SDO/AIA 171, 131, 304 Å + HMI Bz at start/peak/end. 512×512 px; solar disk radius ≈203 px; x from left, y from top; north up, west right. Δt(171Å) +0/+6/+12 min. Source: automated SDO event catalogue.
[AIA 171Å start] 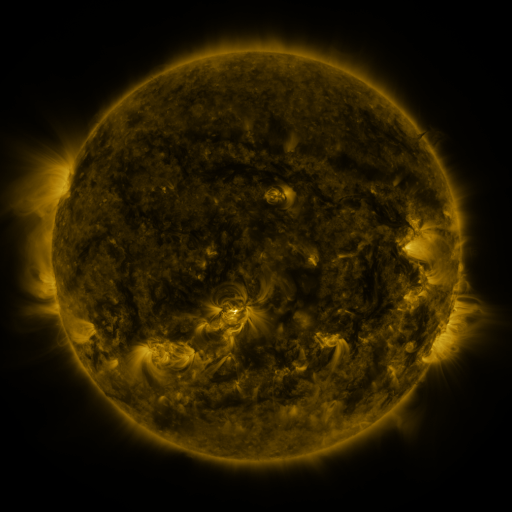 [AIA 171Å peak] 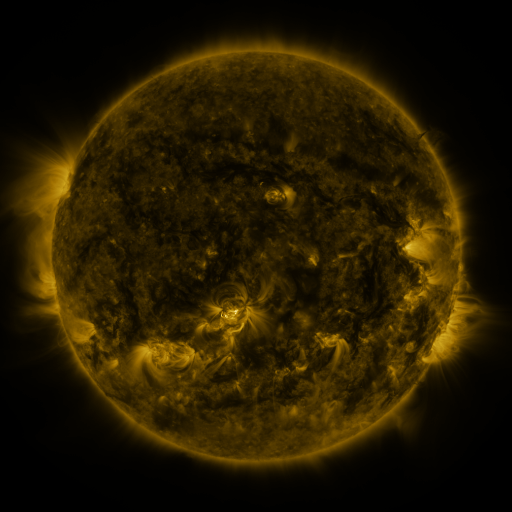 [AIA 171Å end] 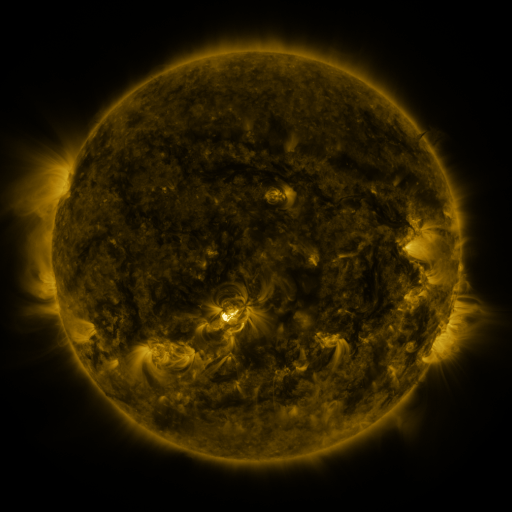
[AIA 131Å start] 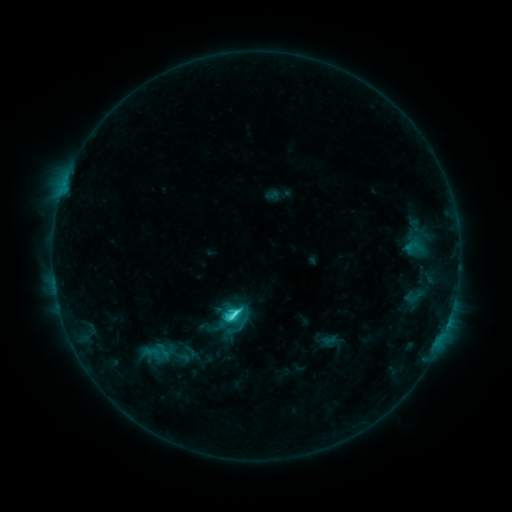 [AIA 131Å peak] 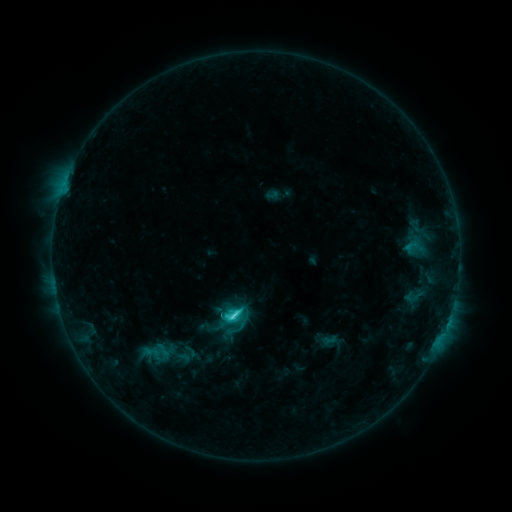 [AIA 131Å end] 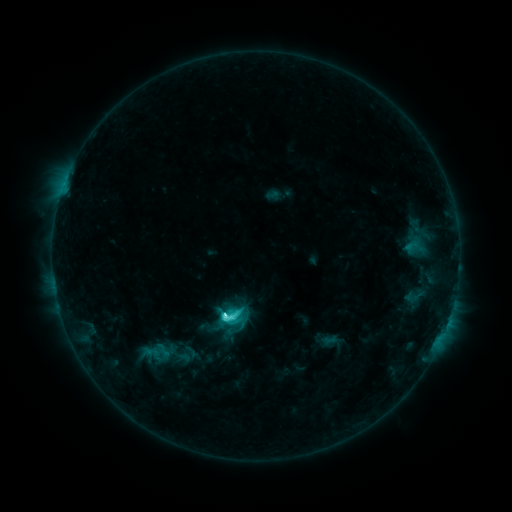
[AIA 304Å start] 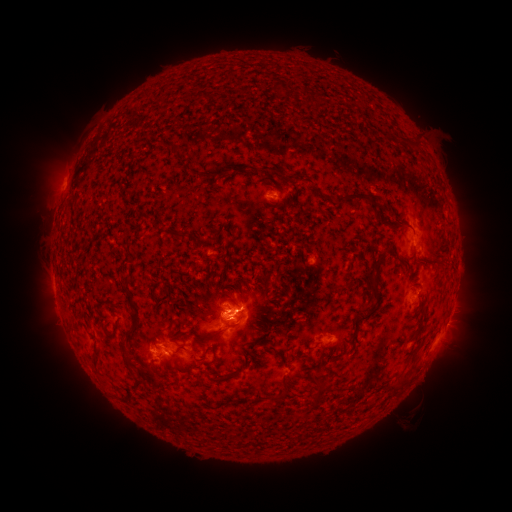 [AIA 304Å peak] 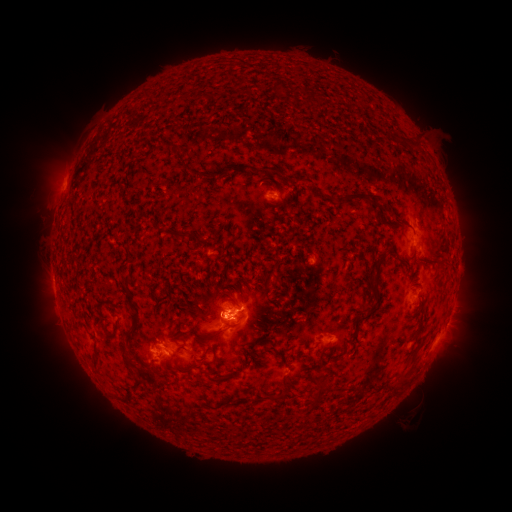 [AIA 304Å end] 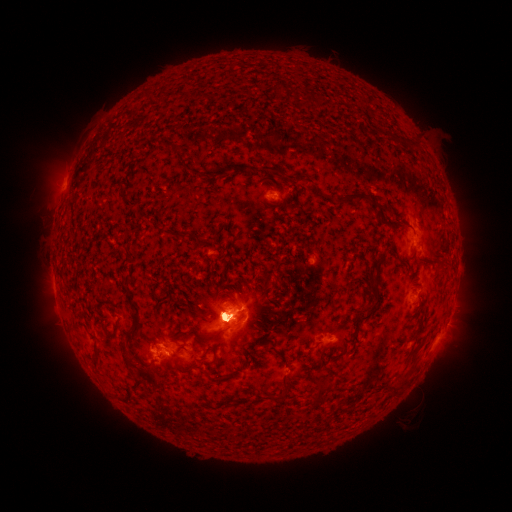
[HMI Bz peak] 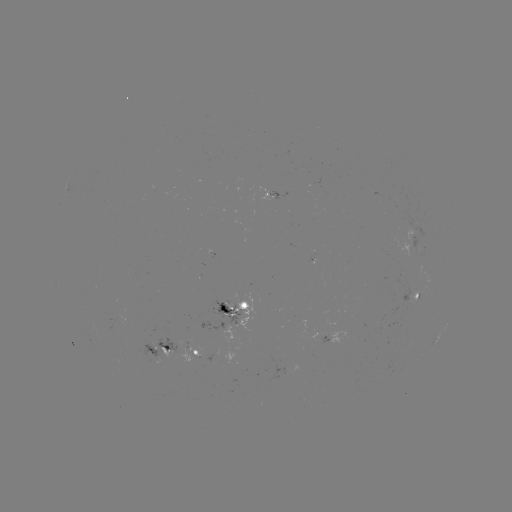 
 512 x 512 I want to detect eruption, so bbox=[193, 296, 240, 348].